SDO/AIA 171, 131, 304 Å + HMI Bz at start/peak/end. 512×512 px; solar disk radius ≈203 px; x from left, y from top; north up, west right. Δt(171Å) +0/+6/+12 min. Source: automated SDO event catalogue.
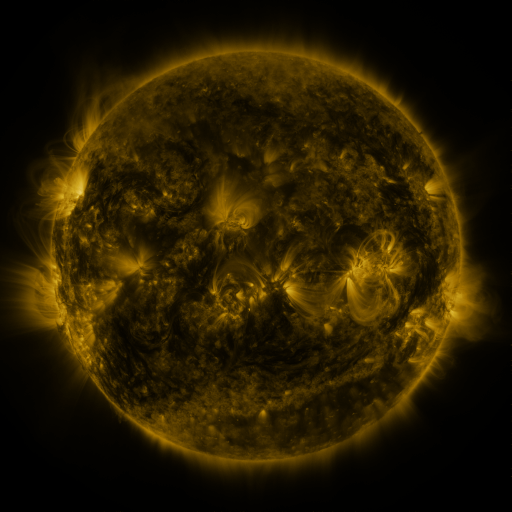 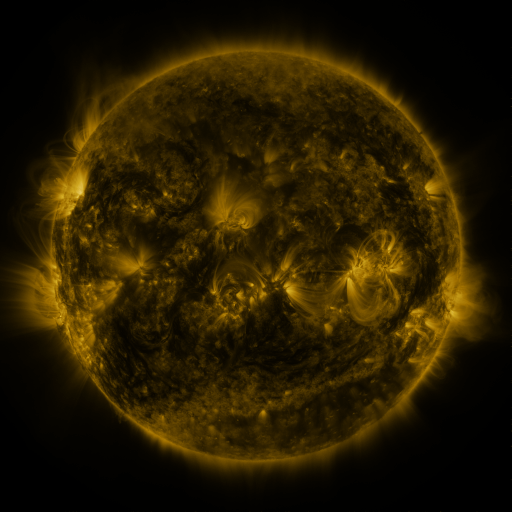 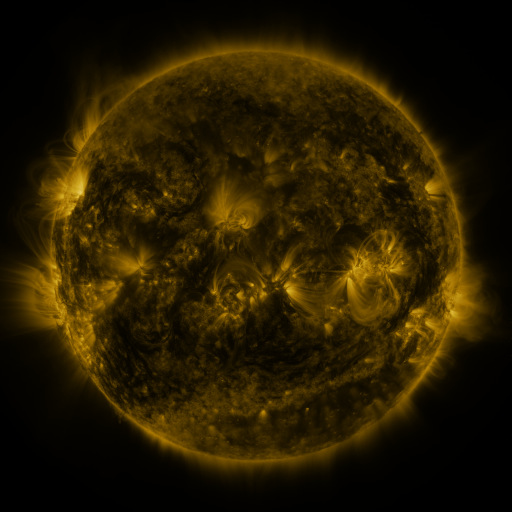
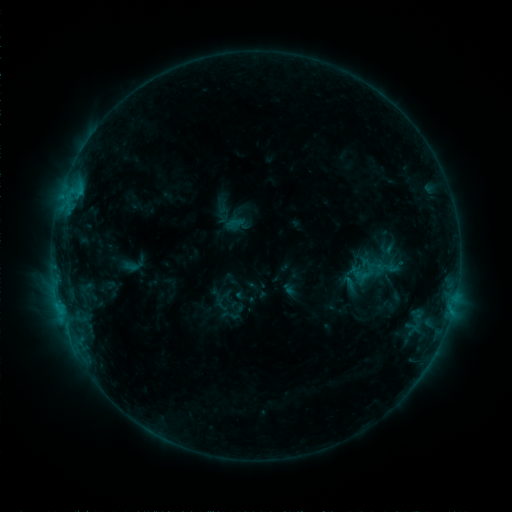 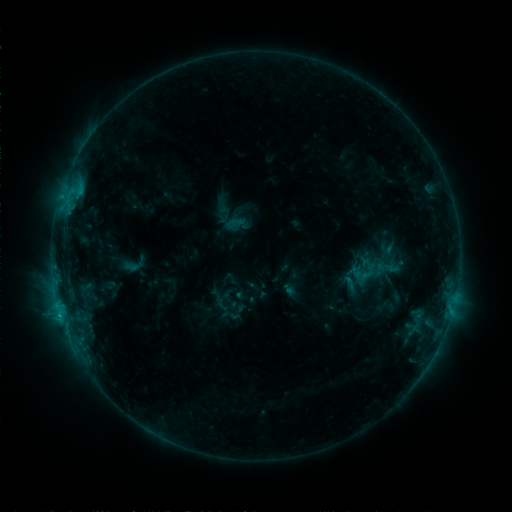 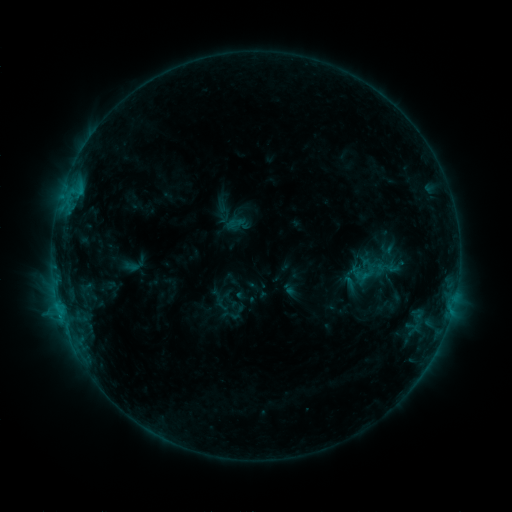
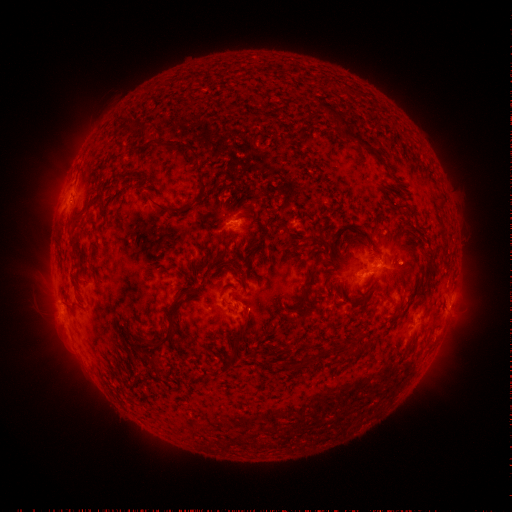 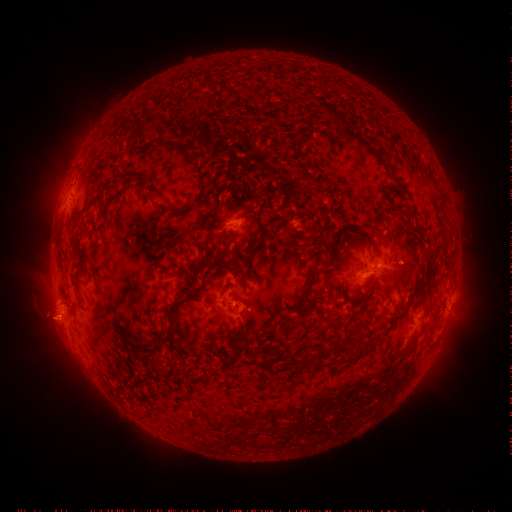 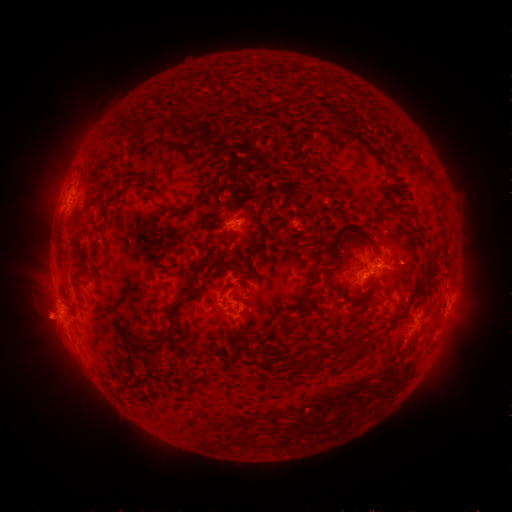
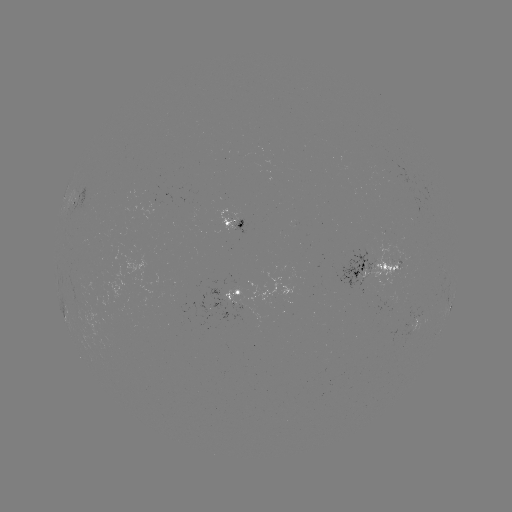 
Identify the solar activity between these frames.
eruption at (46, 320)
